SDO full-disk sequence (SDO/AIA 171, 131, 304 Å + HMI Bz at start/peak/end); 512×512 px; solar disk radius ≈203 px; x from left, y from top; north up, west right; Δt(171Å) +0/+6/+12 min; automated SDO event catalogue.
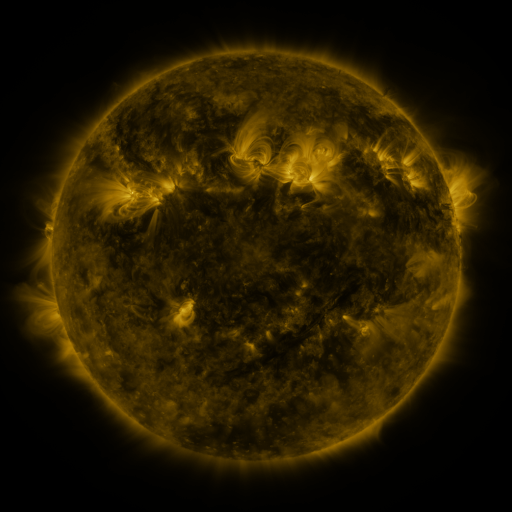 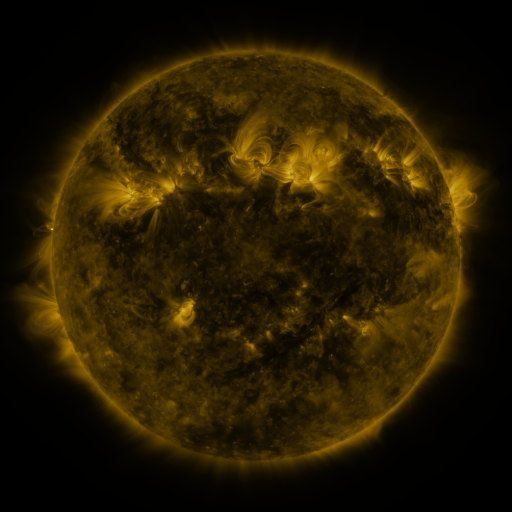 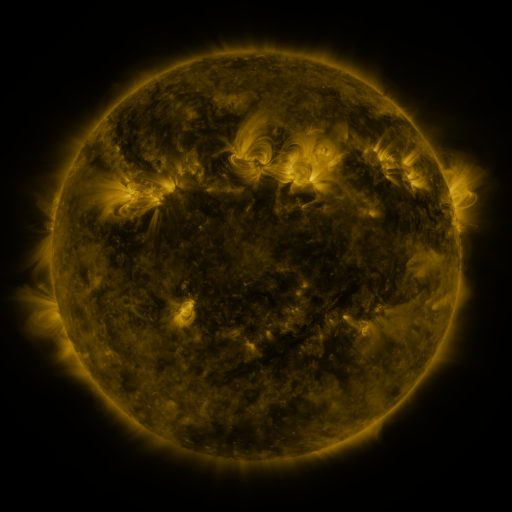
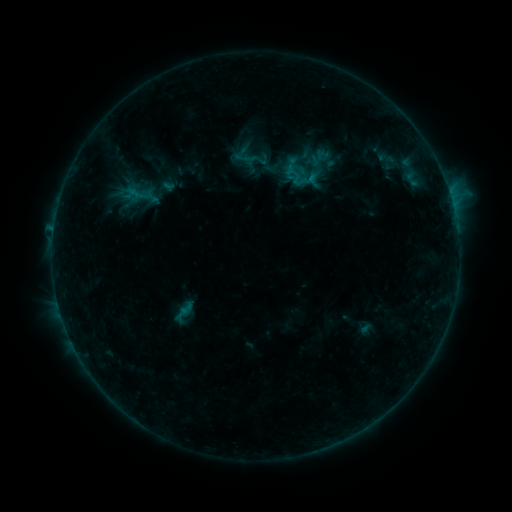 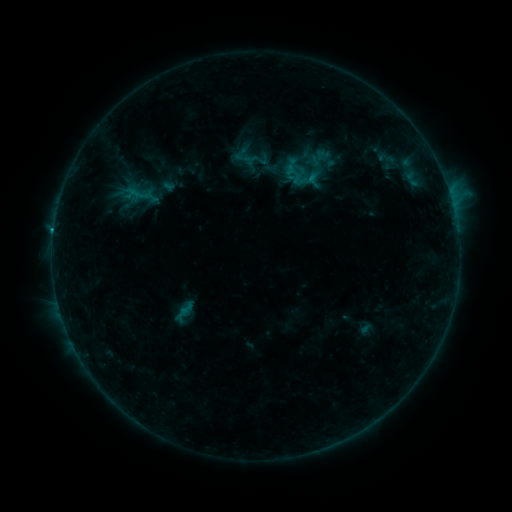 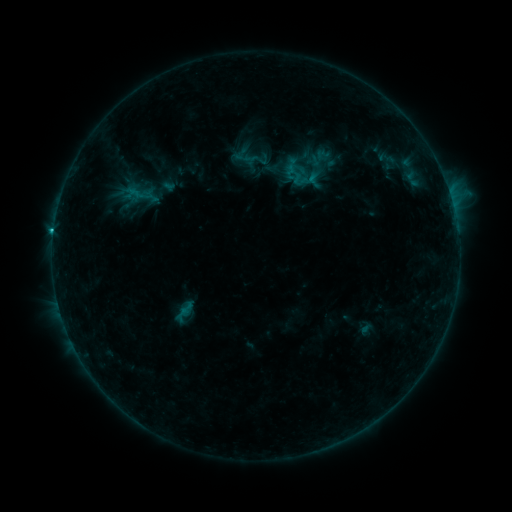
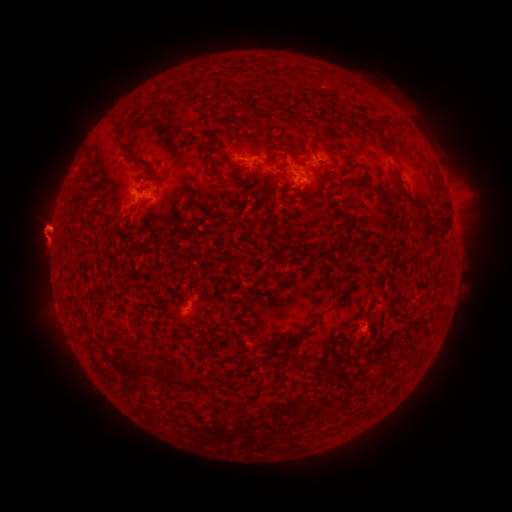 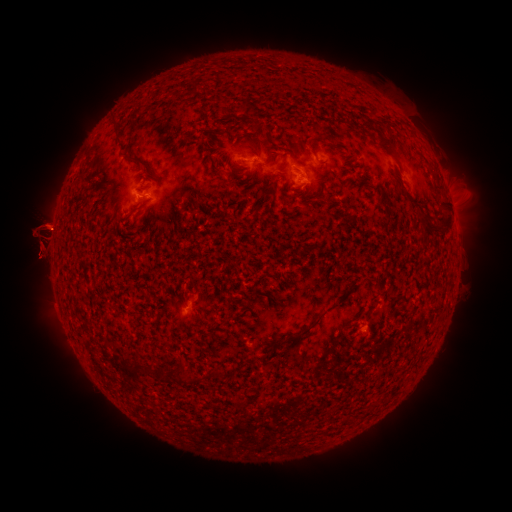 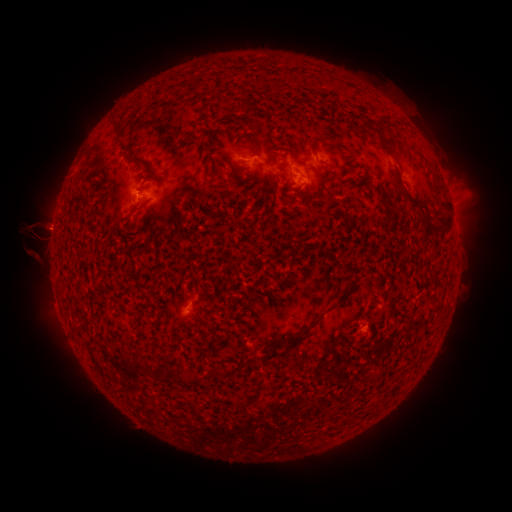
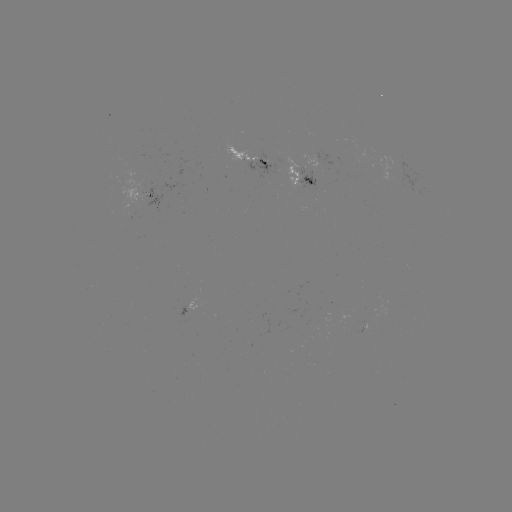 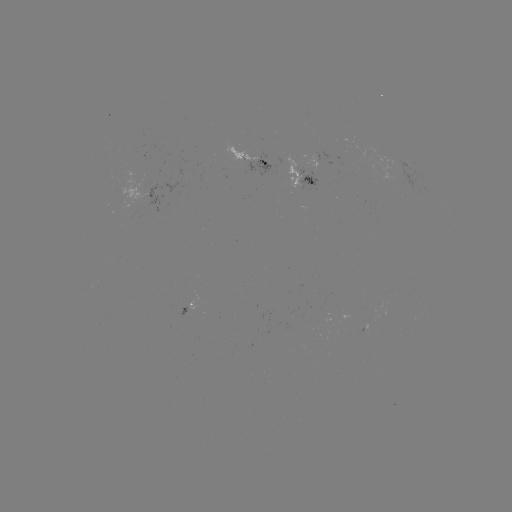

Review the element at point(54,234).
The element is B9.2 flare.